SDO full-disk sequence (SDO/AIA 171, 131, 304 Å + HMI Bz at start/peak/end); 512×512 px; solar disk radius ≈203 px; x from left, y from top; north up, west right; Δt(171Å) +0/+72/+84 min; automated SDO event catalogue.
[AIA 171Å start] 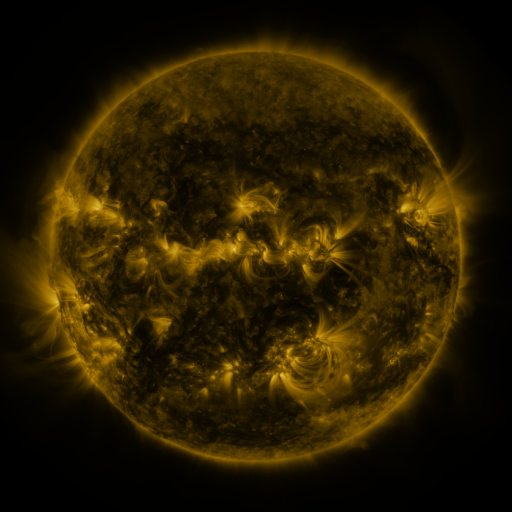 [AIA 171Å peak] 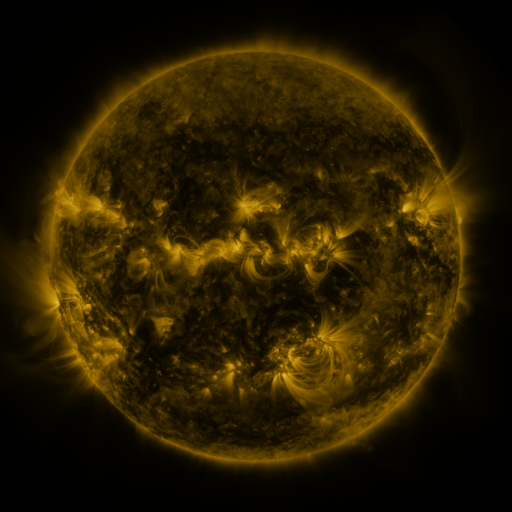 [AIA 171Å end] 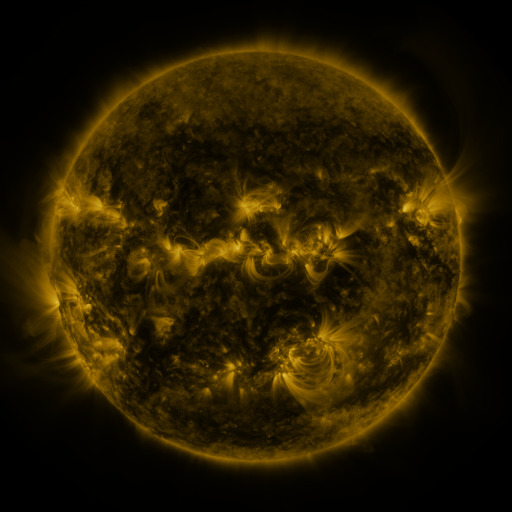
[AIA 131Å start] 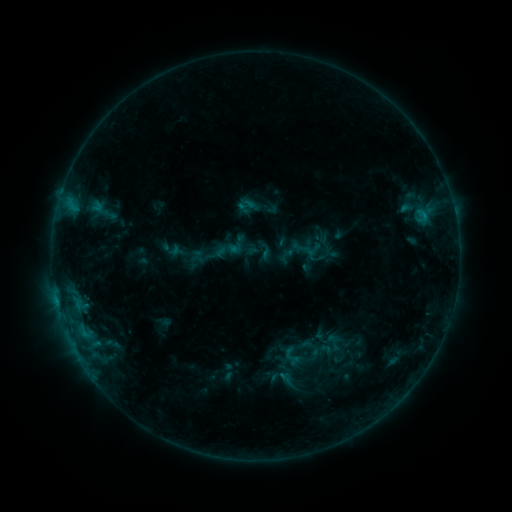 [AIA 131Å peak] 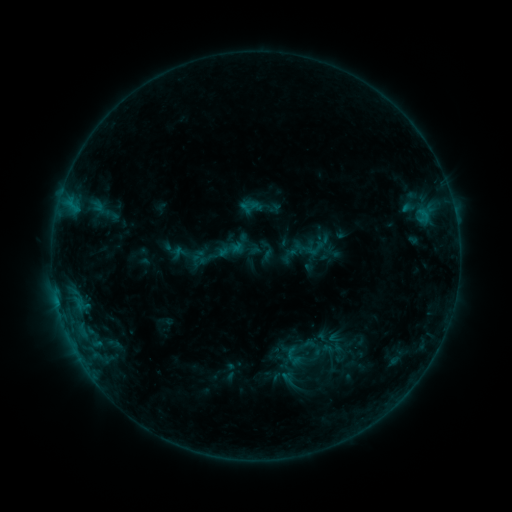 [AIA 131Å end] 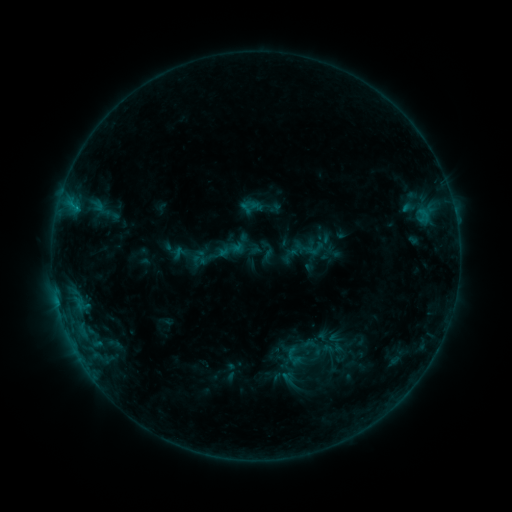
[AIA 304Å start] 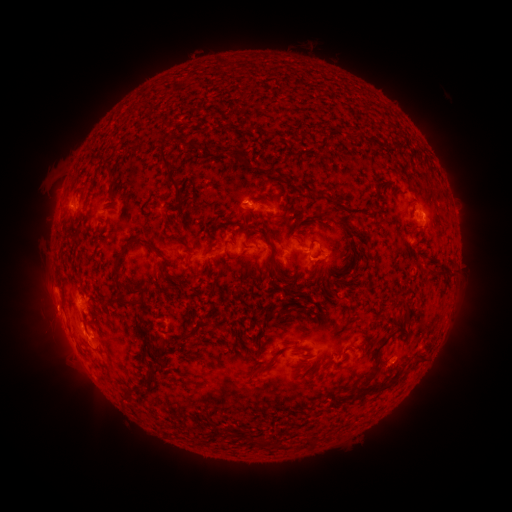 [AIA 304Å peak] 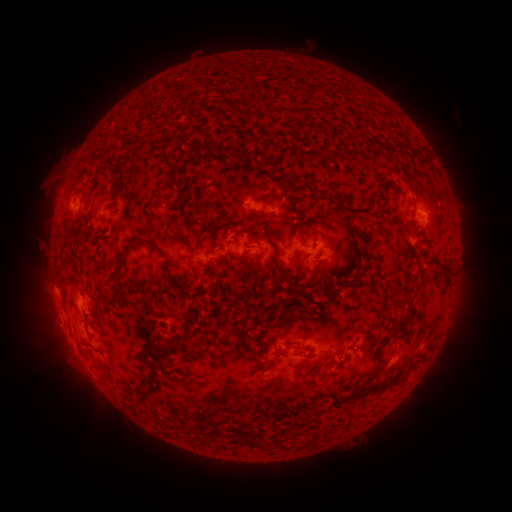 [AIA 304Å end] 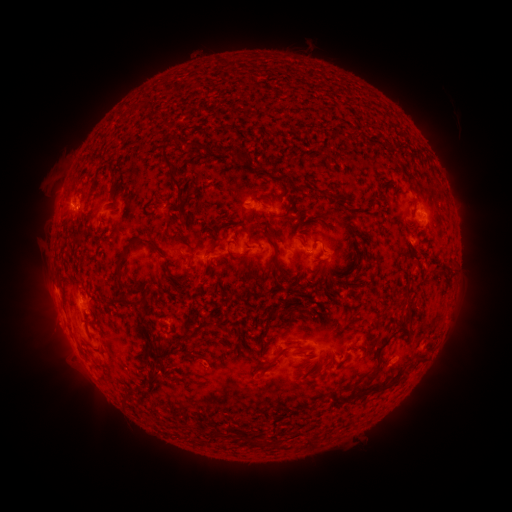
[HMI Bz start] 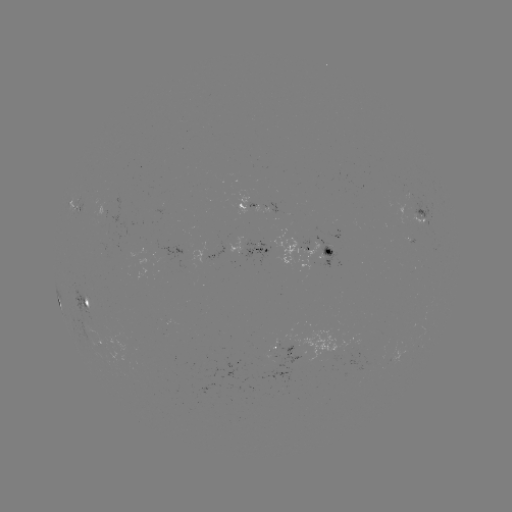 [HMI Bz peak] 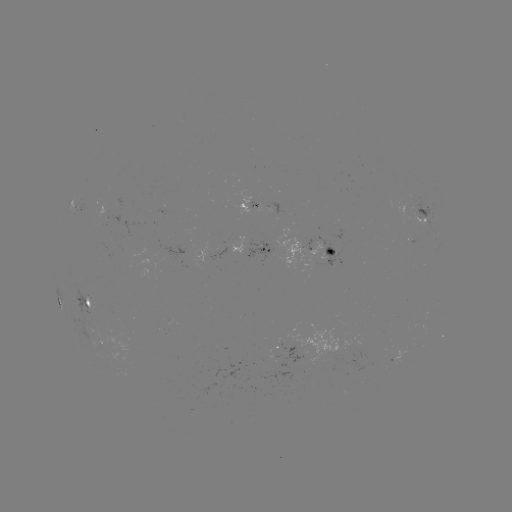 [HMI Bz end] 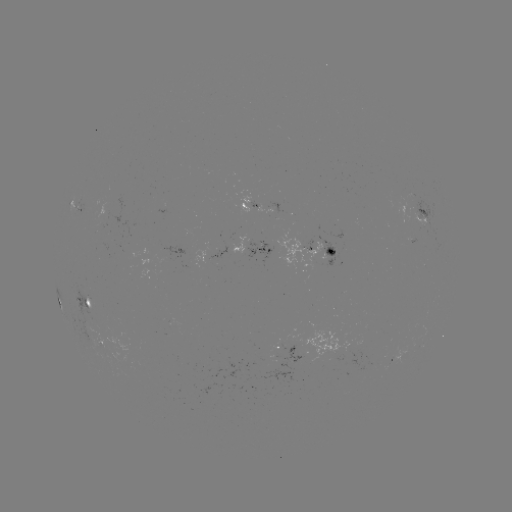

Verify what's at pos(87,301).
emerging-flux region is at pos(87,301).